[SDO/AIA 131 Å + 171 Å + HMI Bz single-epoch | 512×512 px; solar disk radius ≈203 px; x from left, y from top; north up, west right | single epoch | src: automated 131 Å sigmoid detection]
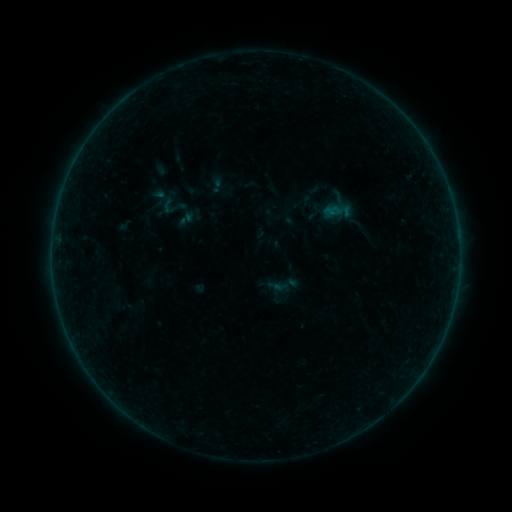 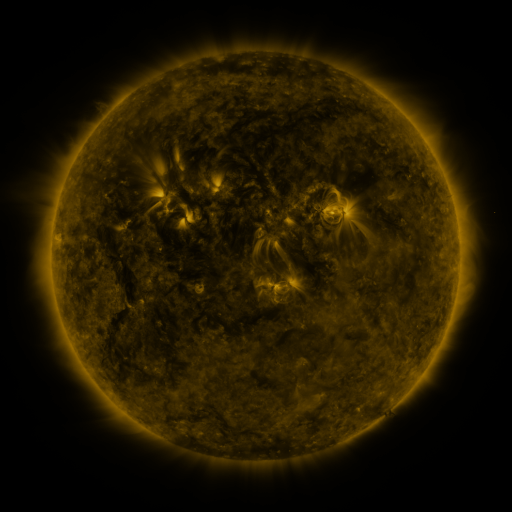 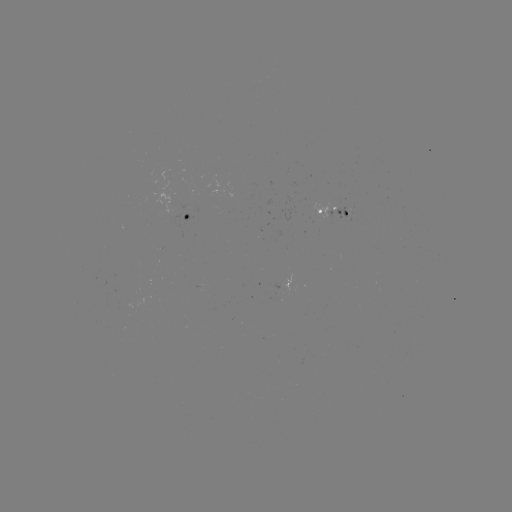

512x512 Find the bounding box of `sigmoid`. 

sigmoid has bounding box [159, 195, 179, 216].